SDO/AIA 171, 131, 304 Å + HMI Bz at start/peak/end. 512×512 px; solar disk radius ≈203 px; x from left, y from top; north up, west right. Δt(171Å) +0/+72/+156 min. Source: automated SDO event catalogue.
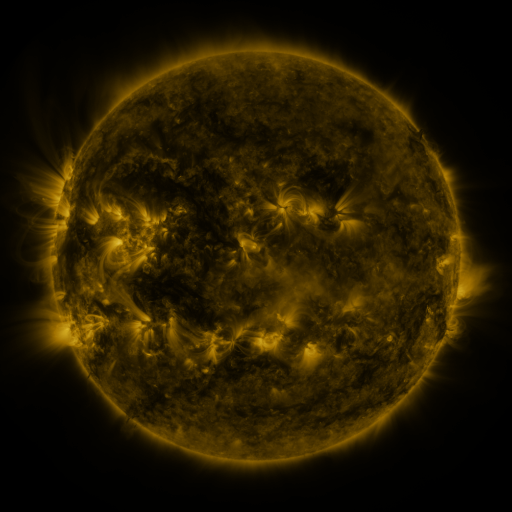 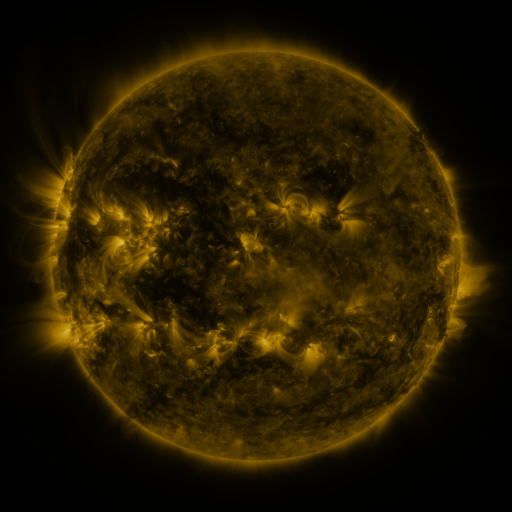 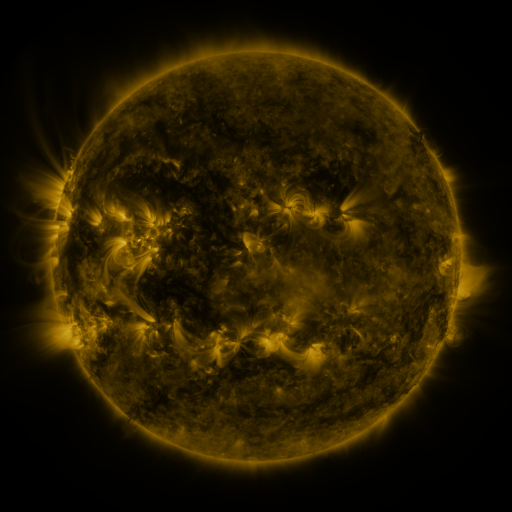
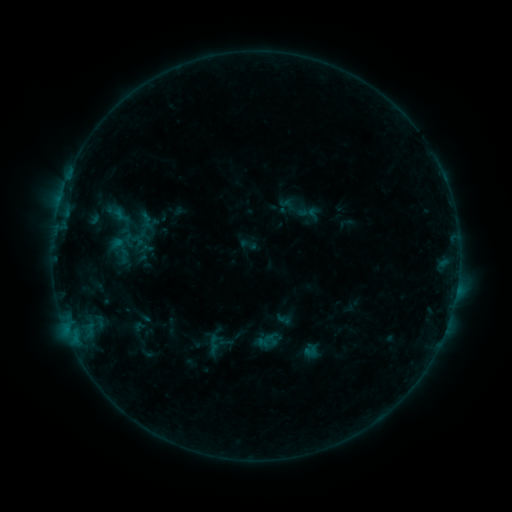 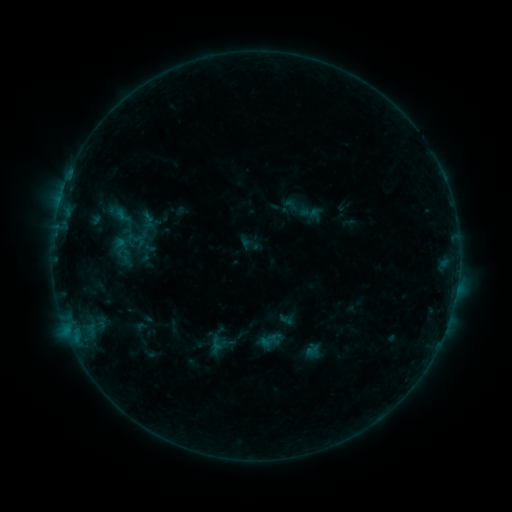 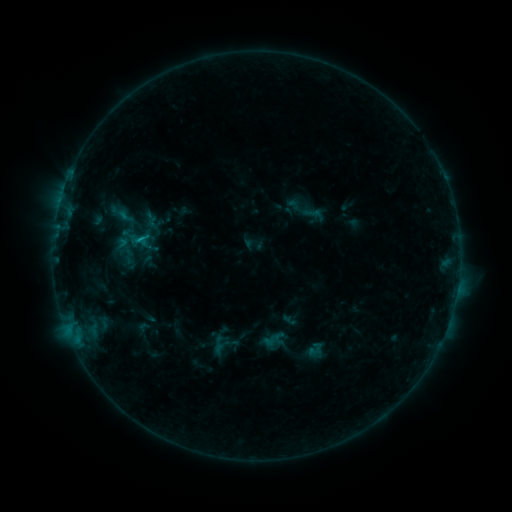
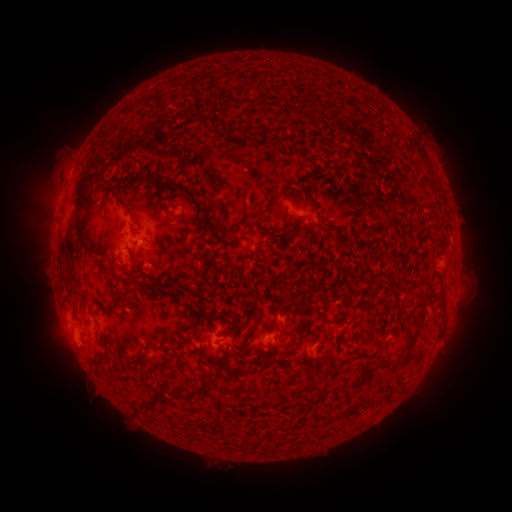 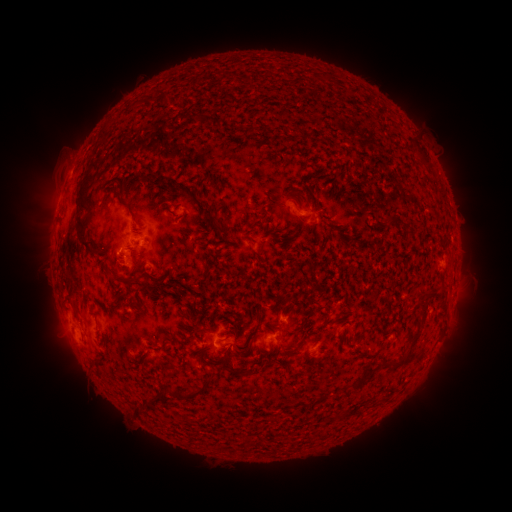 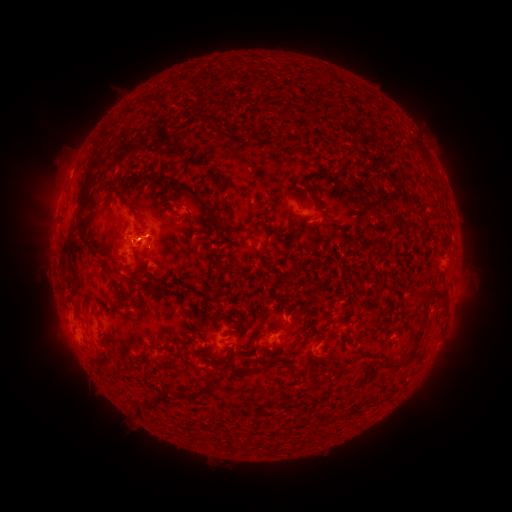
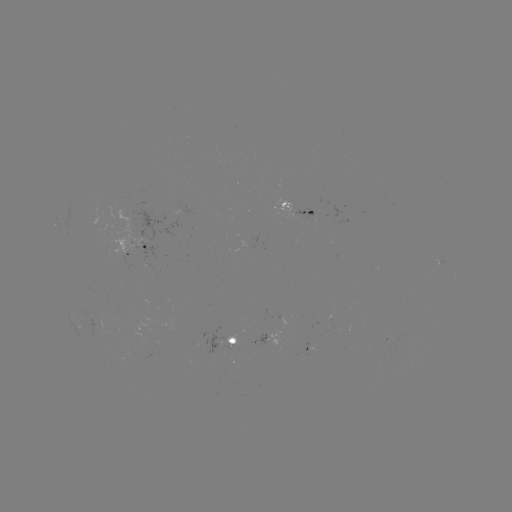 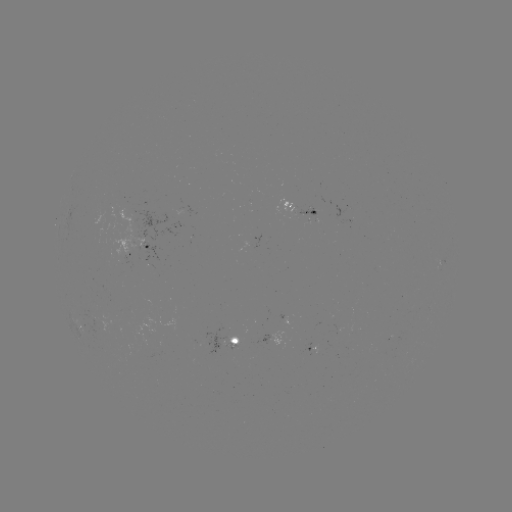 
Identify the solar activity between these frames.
emerging-flux region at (230, 344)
